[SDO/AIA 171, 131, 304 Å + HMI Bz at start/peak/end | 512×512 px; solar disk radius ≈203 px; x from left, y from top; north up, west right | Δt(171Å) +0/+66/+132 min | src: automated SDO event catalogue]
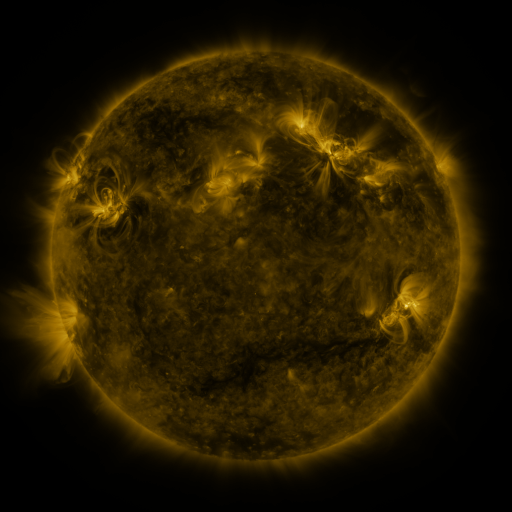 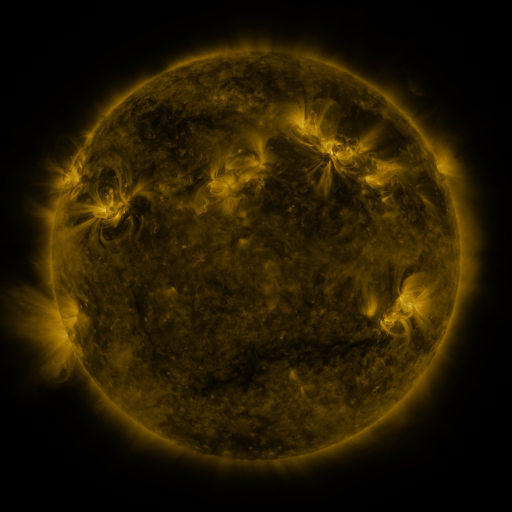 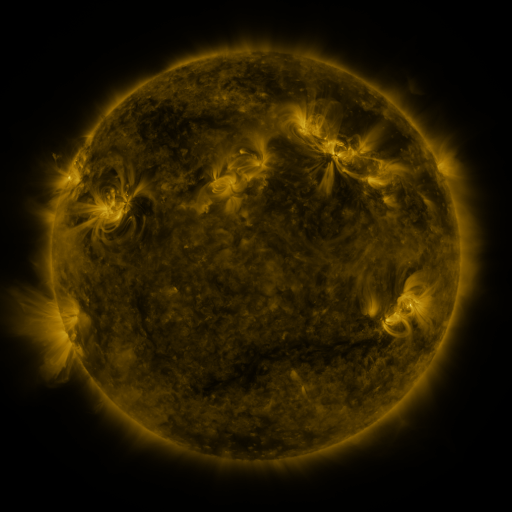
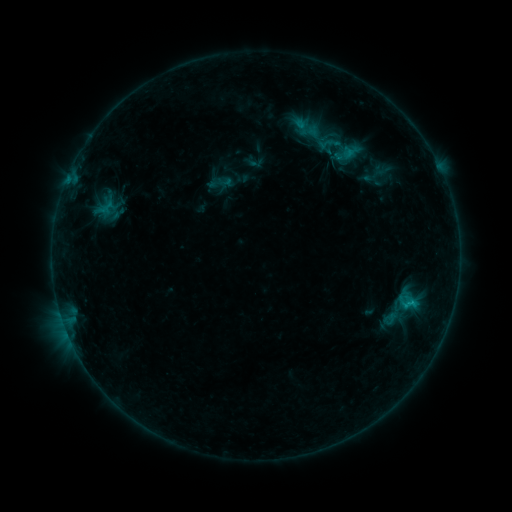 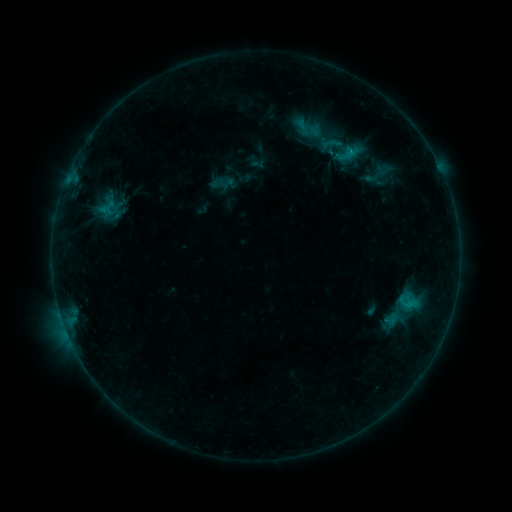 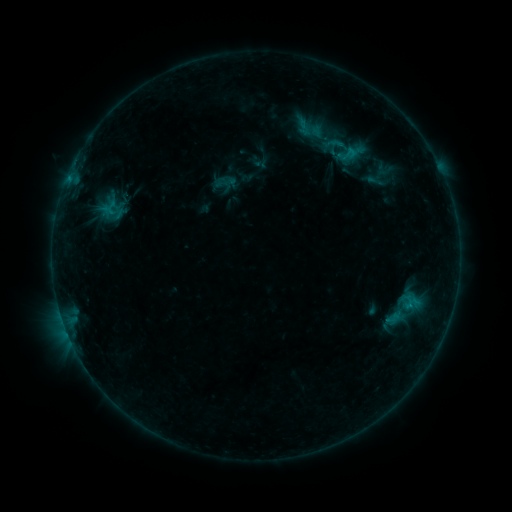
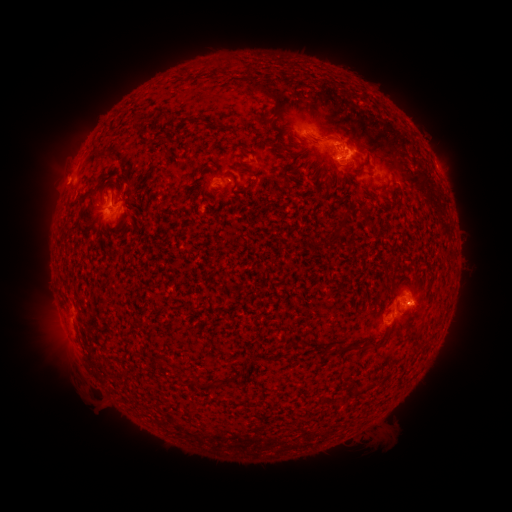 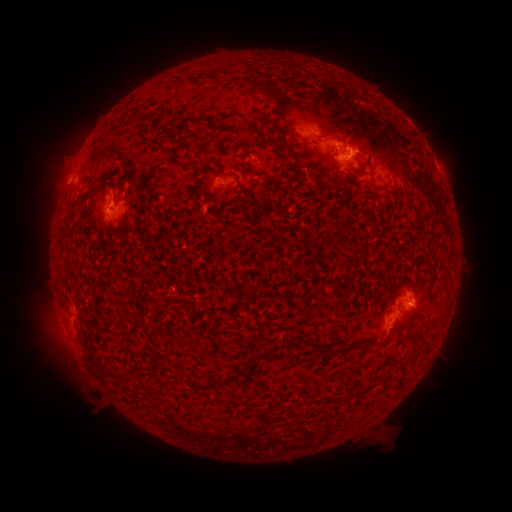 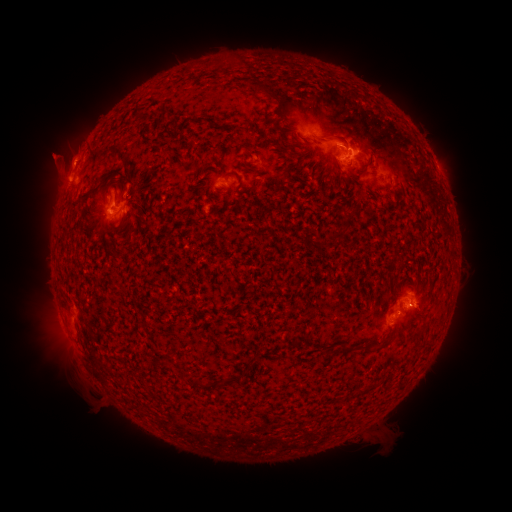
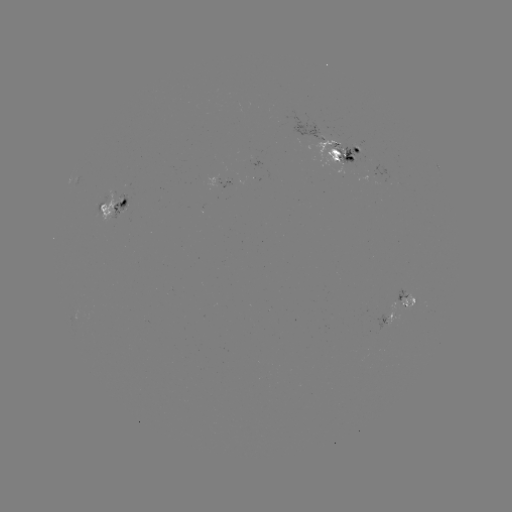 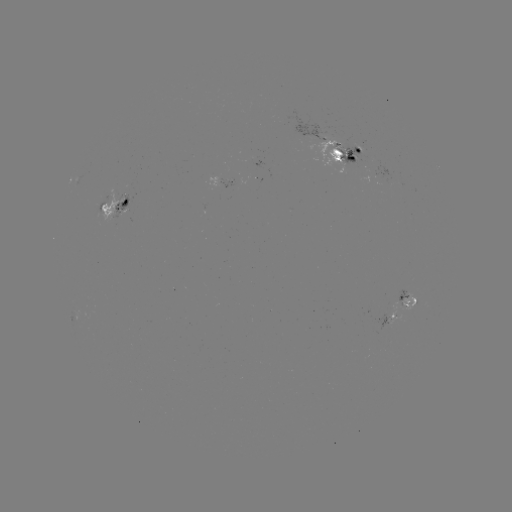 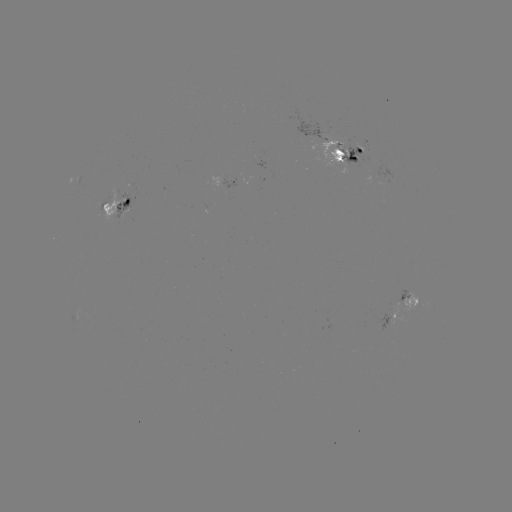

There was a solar emerging-flux region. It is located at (108, 203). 